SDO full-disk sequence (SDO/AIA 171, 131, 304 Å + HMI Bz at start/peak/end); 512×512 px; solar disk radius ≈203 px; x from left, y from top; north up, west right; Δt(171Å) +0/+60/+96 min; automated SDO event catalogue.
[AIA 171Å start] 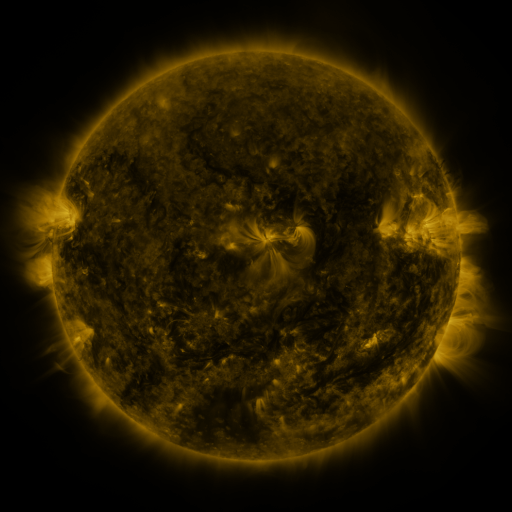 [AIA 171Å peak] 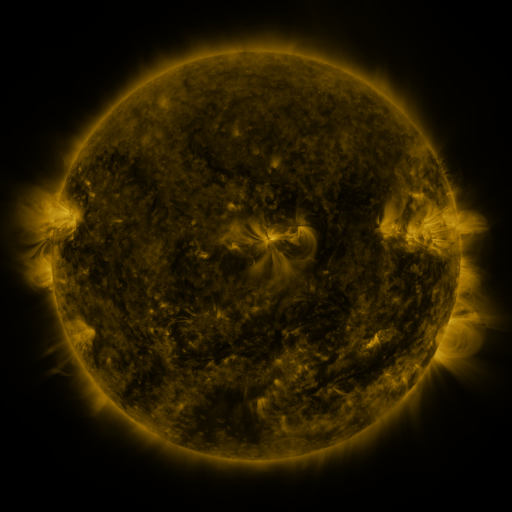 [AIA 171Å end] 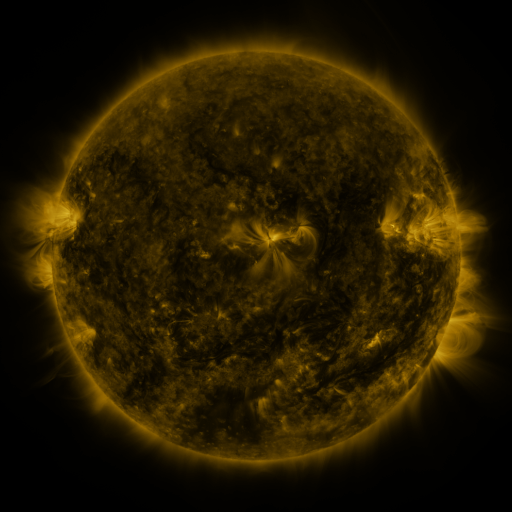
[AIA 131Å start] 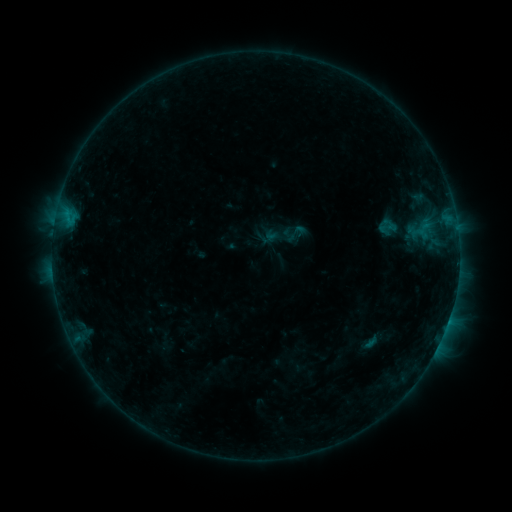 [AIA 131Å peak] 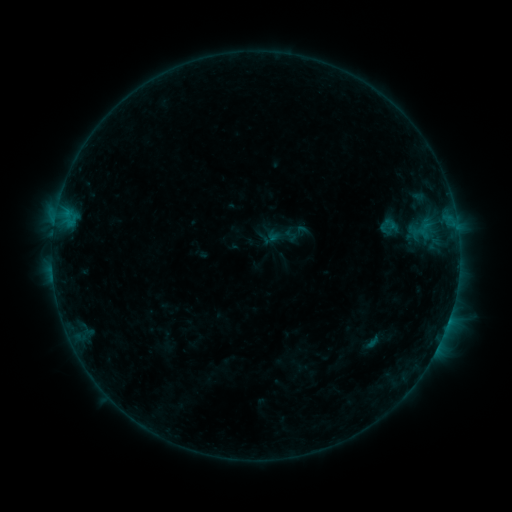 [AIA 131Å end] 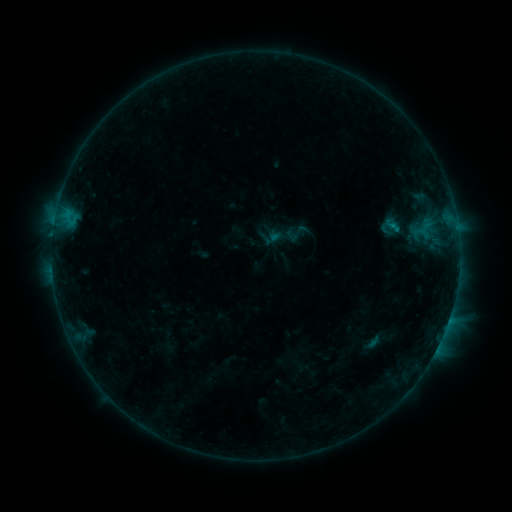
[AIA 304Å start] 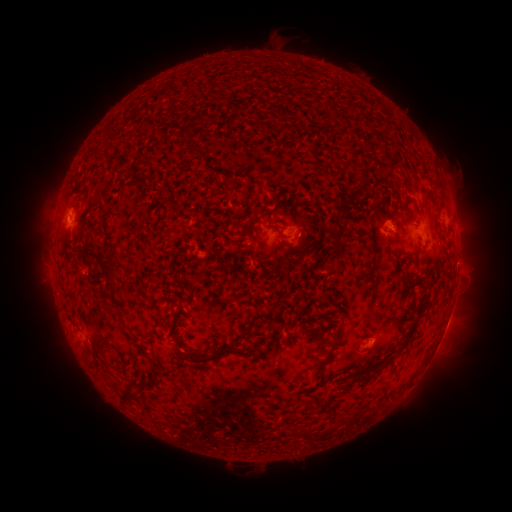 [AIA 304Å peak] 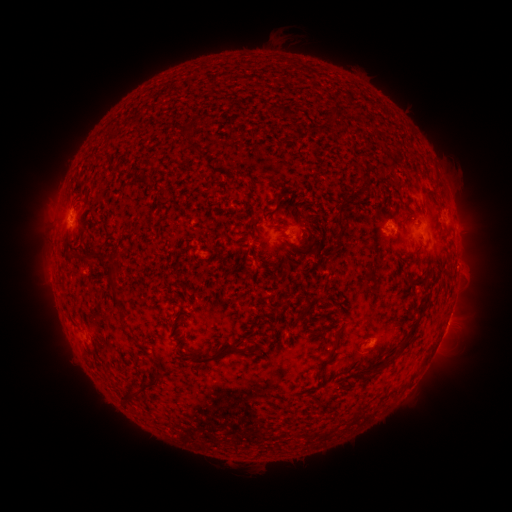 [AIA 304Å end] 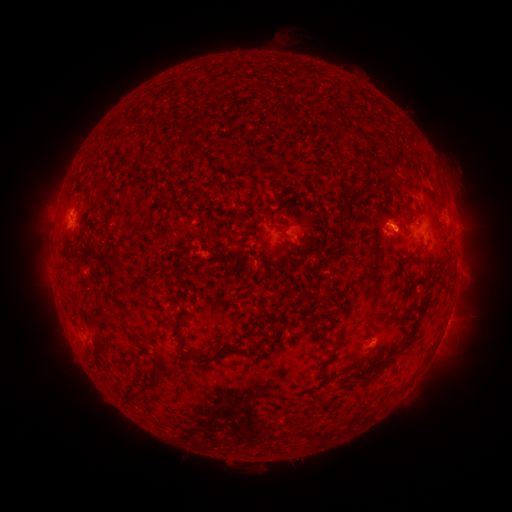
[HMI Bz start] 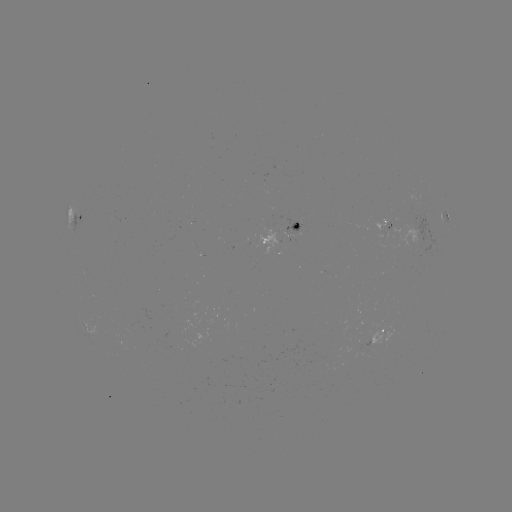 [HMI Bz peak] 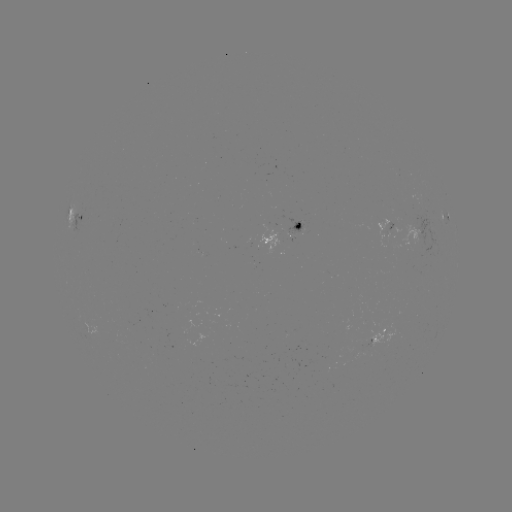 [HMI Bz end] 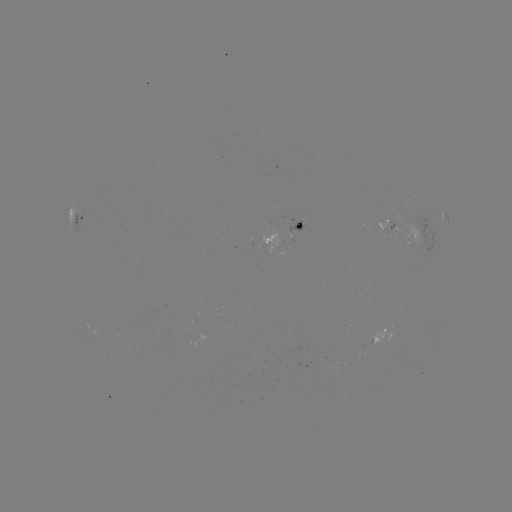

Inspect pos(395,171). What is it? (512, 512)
emerging-flux region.